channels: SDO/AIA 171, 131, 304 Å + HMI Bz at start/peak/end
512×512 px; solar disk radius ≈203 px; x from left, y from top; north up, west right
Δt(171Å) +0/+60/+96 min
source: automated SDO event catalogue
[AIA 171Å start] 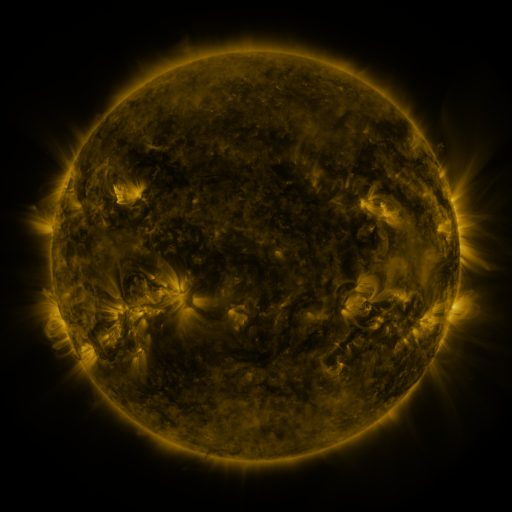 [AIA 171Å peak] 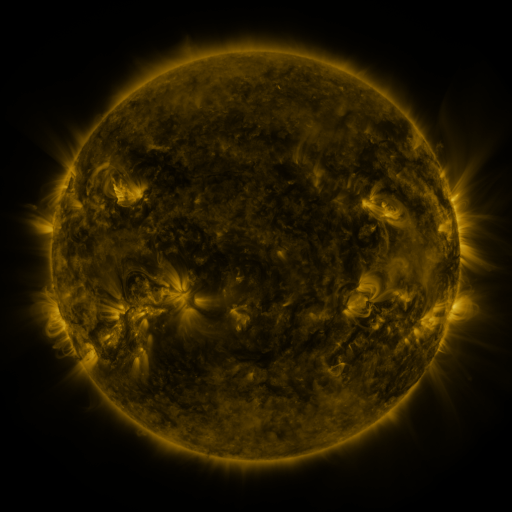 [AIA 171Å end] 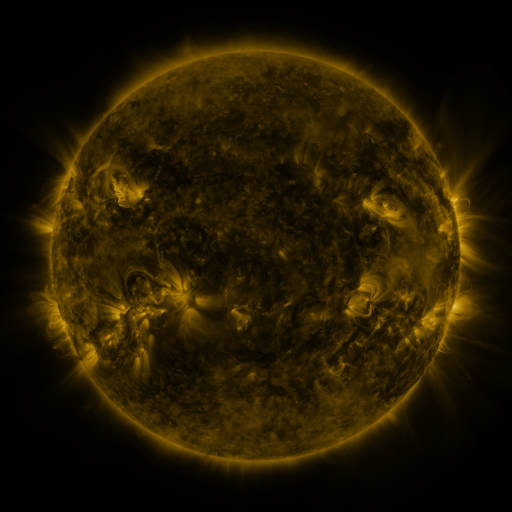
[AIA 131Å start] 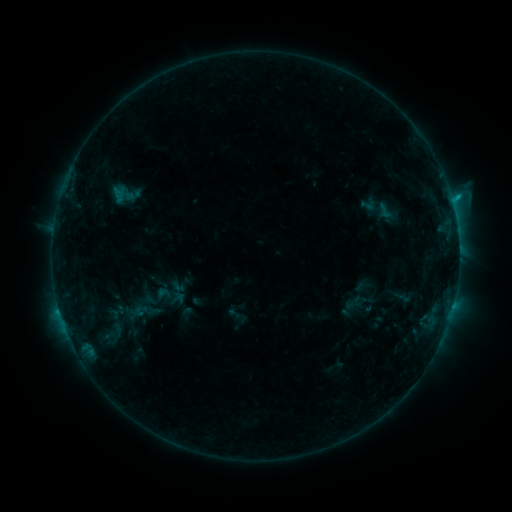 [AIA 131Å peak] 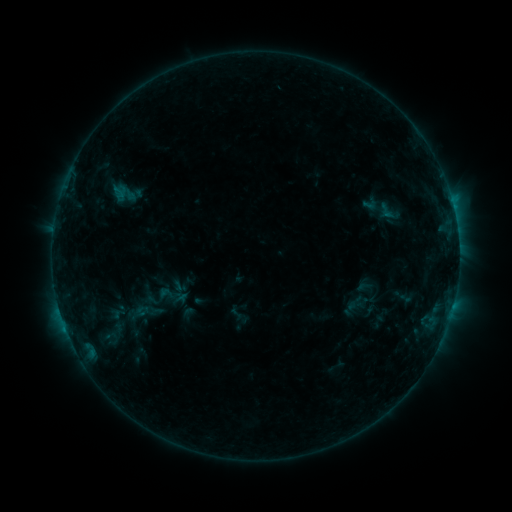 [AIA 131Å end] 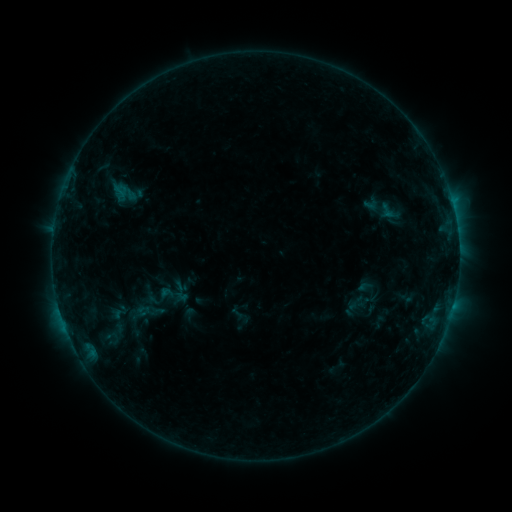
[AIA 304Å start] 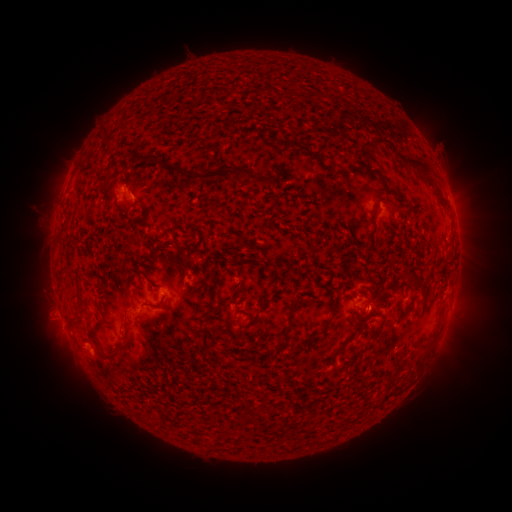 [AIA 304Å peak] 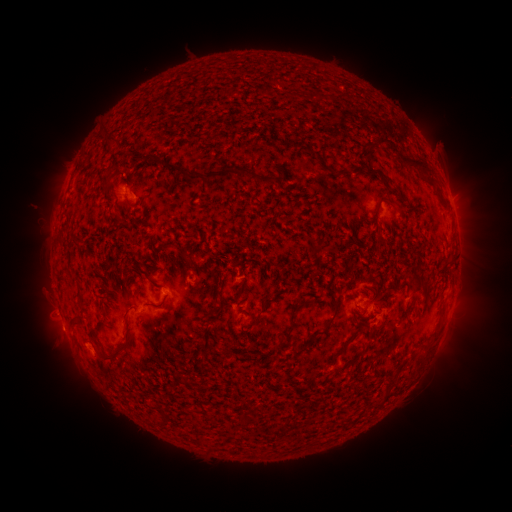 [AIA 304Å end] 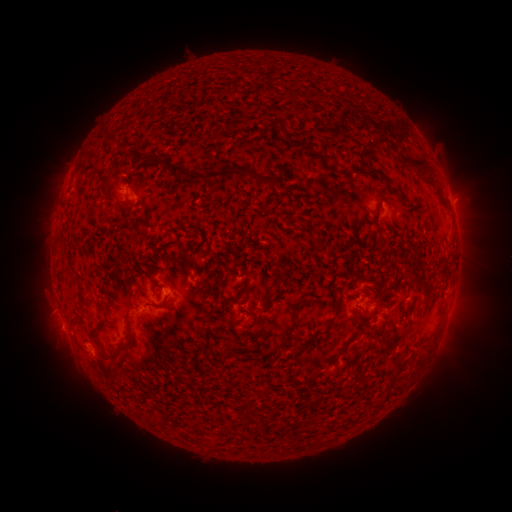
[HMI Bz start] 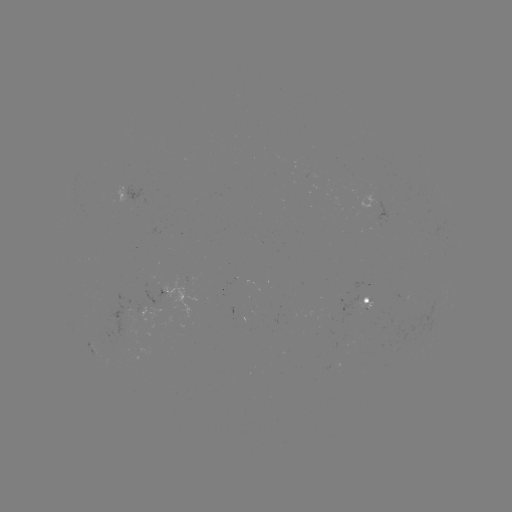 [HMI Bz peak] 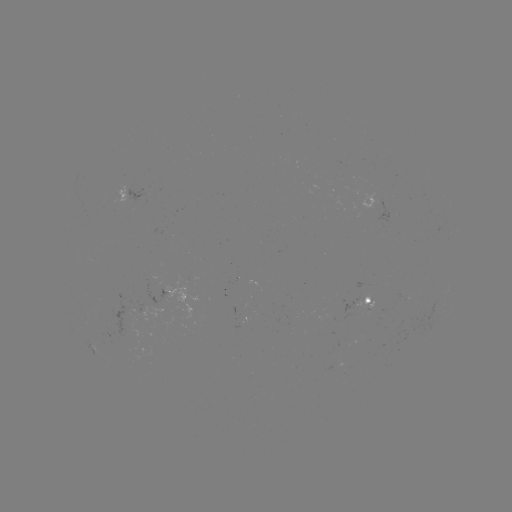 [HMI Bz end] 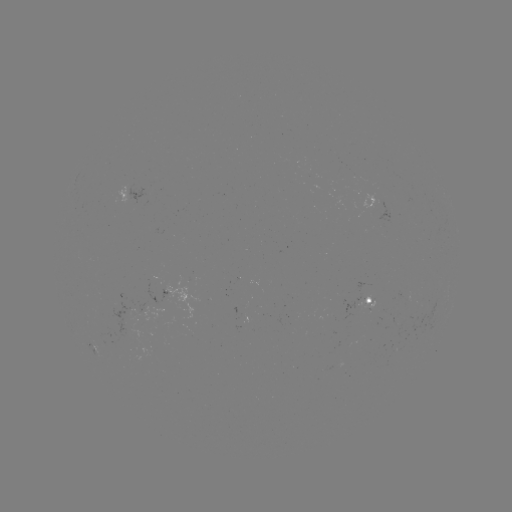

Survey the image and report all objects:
emerging-flux region: (240, 324)
